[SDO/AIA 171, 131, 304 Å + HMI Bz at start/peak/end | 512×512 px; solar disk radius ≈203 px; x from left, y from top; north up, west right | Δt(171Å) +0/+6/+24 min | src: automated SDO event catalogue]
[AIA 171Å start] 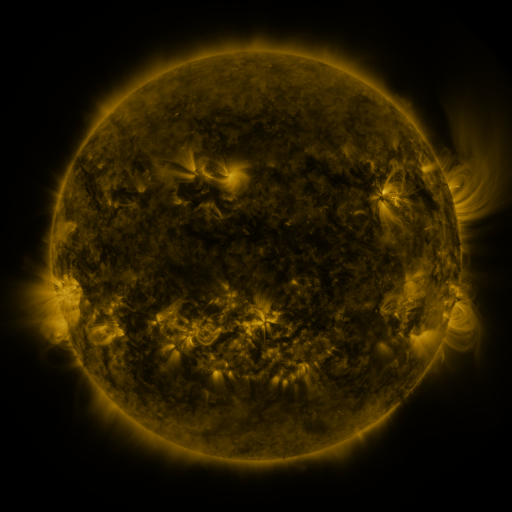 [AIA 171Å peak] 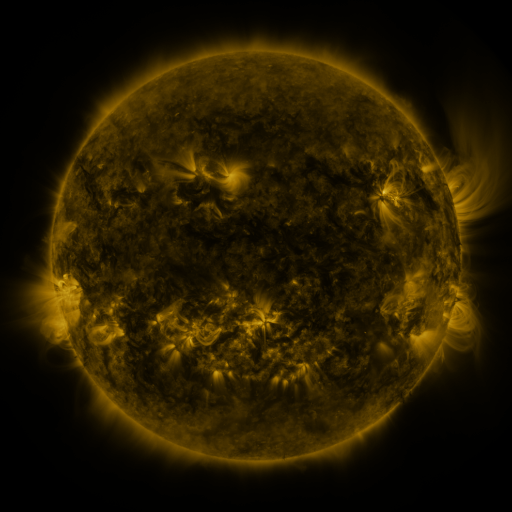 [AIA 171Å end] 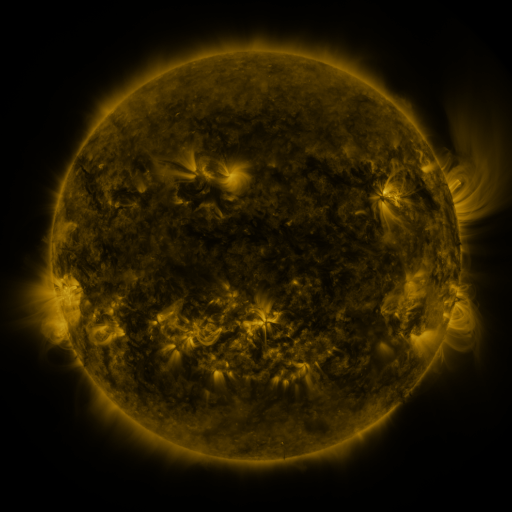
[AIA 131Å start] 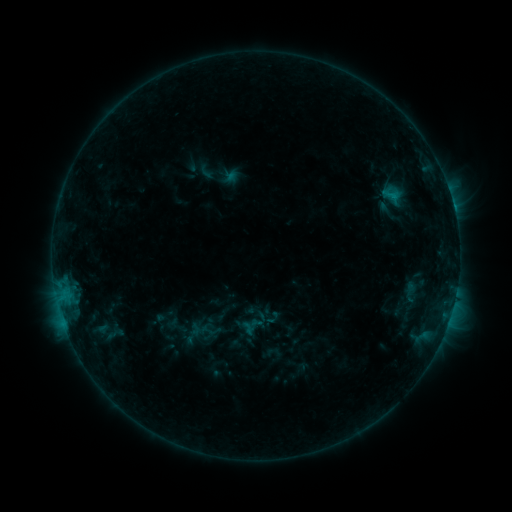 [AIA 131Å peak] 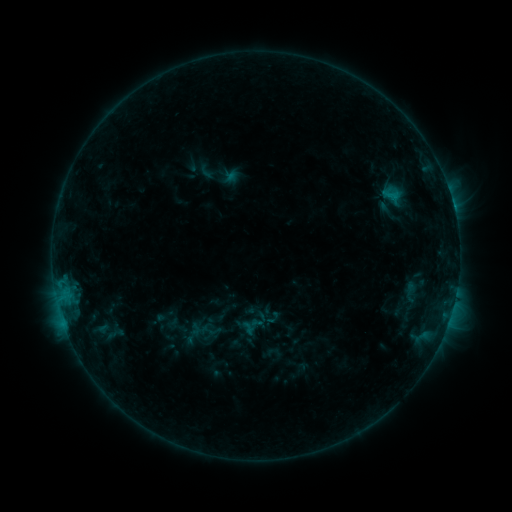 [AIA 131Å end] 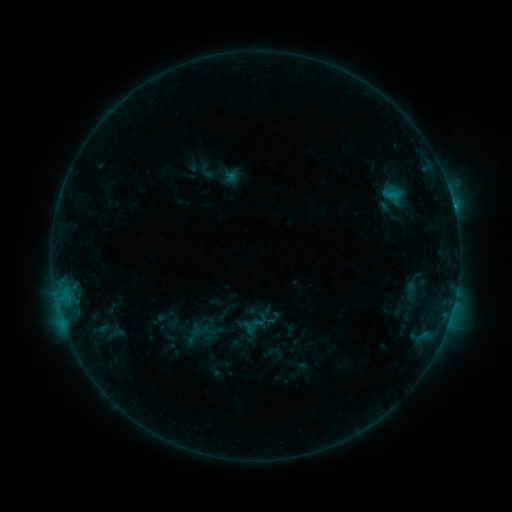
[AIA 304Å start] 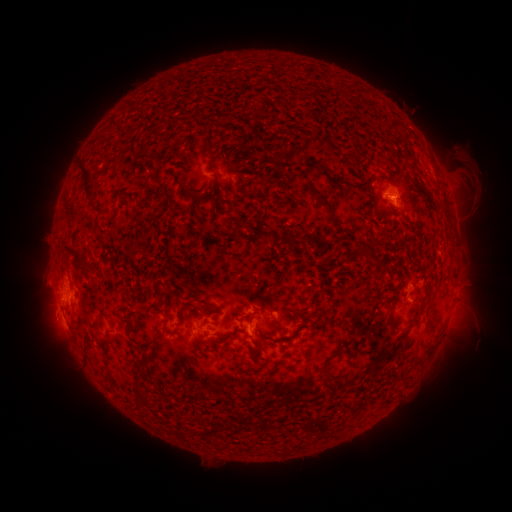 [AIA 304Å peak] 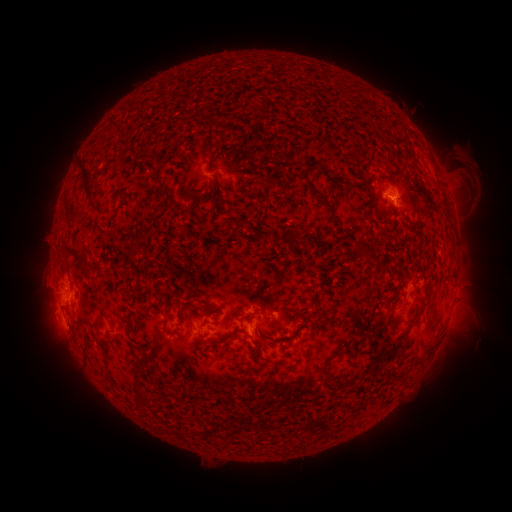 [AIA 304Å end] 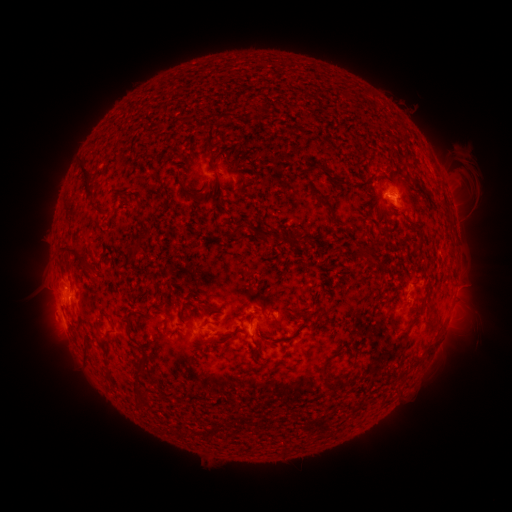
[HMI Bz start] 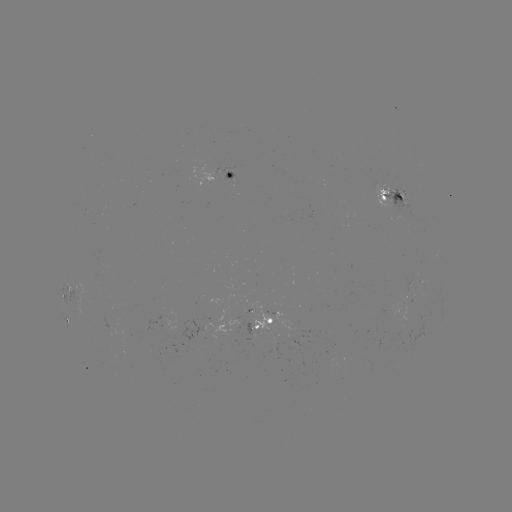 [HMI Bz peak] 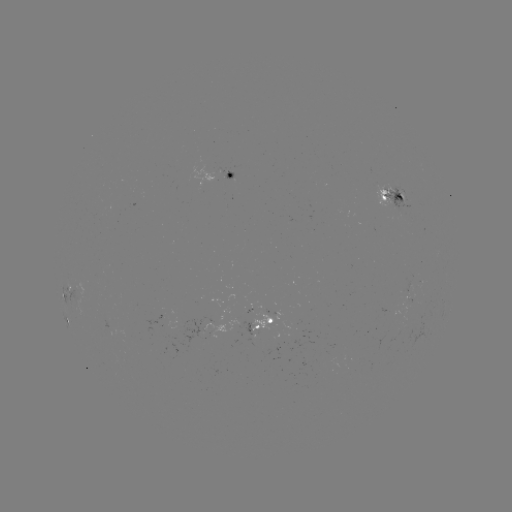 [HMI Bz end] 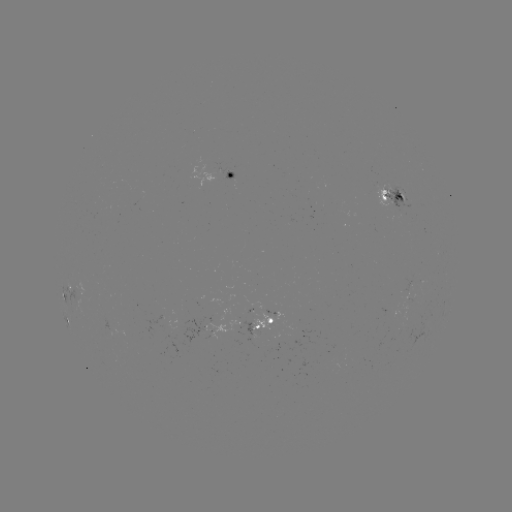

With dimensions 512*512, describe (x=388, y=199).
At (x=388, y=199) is C1.1 flare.